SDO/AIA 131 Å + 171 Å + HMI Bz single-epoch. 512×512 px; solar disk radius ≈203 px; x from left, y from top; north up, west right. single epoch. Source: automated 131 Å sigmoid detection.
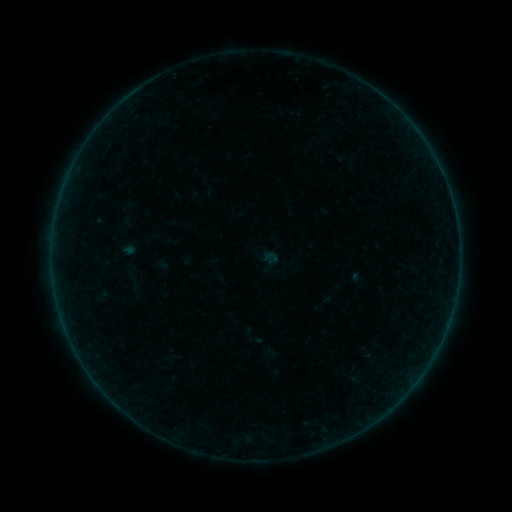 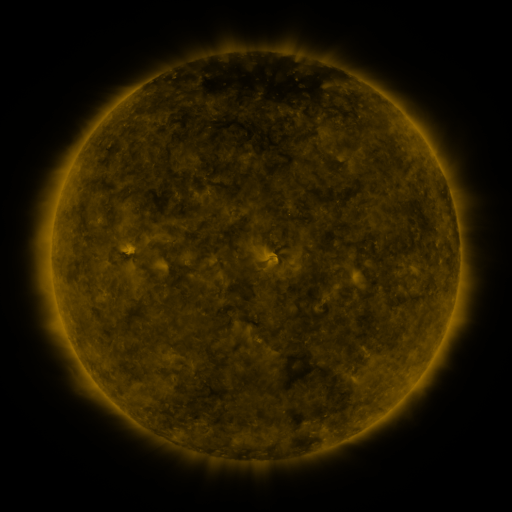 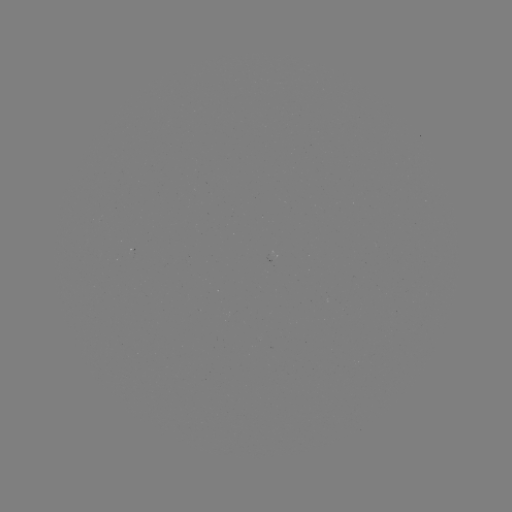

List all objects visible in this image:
sigmoid: (269, 261)
